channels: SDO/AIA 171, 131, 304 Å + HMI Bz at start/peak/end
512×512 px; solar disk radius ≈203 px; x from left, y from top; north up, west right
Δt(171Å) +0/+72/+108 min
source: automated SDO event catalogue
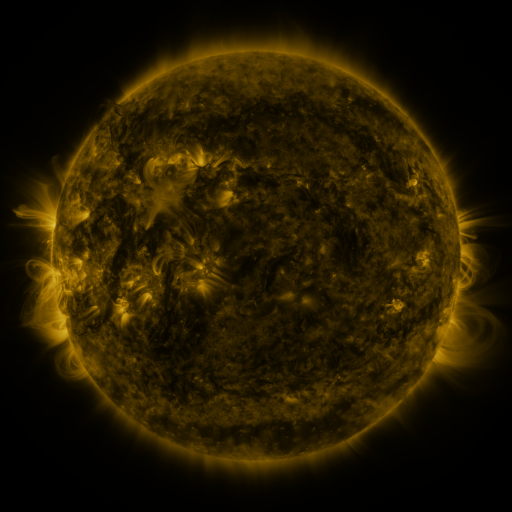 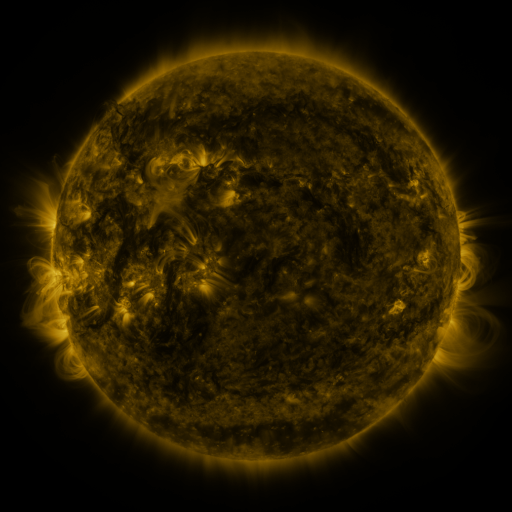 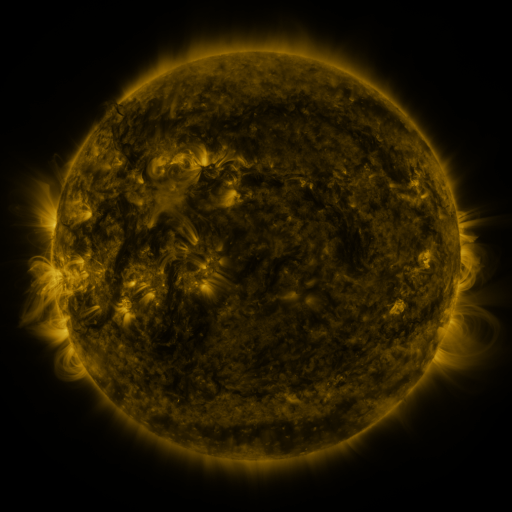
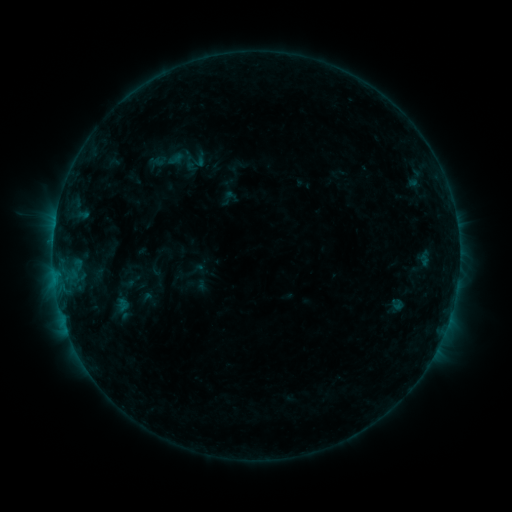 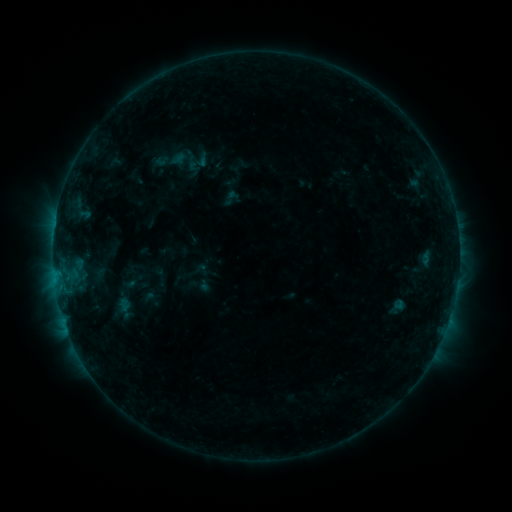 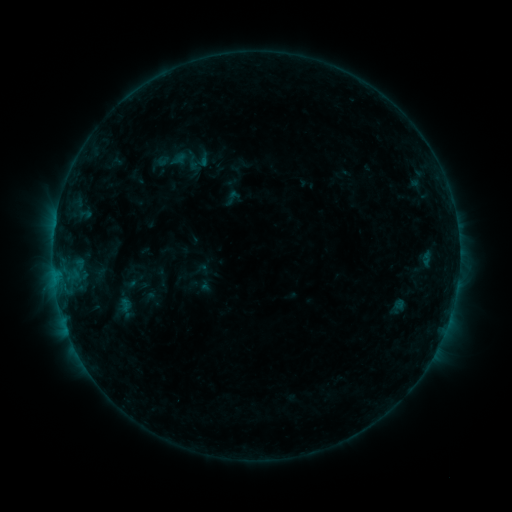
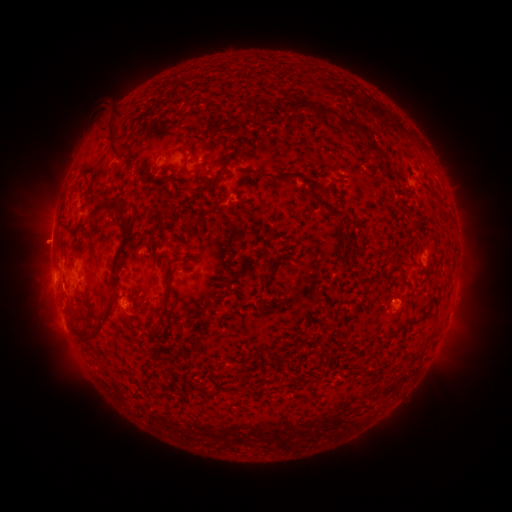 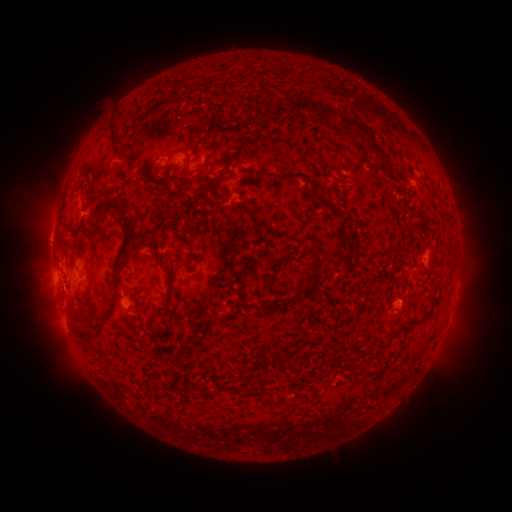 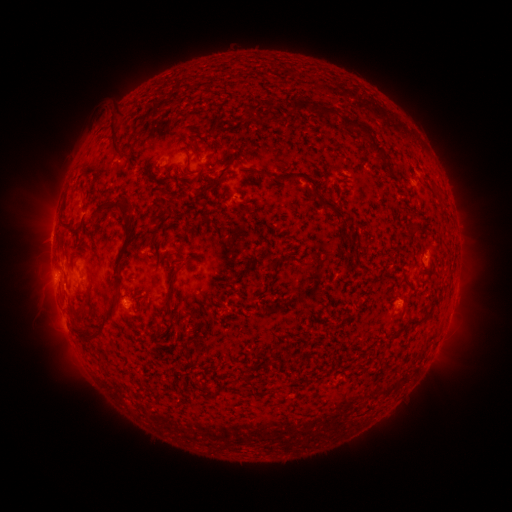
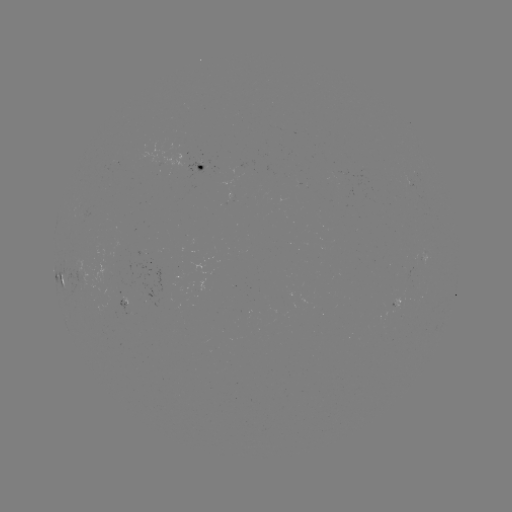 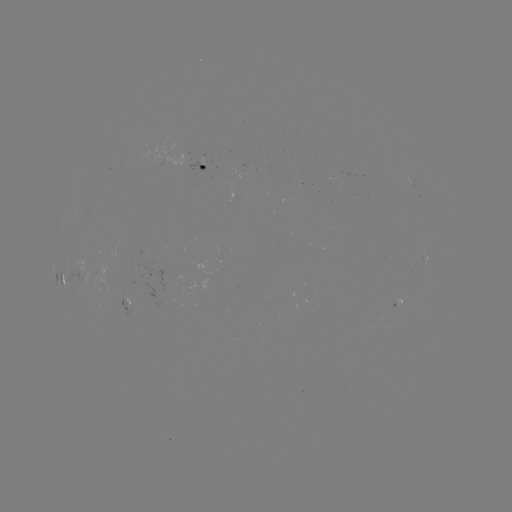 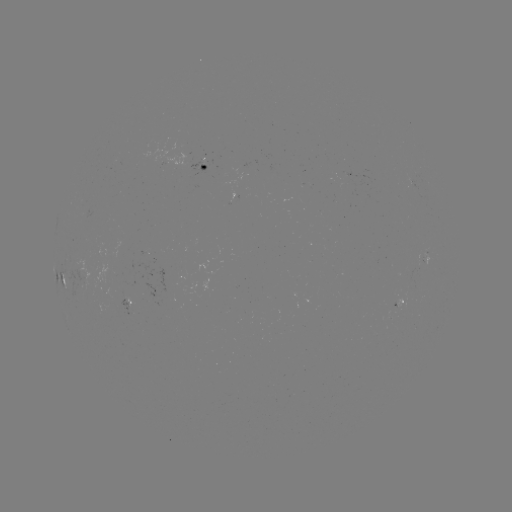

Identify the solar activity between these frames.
emerging-flux region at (193, 165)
